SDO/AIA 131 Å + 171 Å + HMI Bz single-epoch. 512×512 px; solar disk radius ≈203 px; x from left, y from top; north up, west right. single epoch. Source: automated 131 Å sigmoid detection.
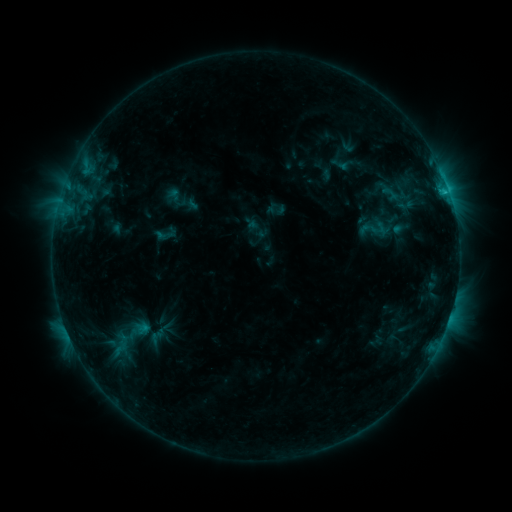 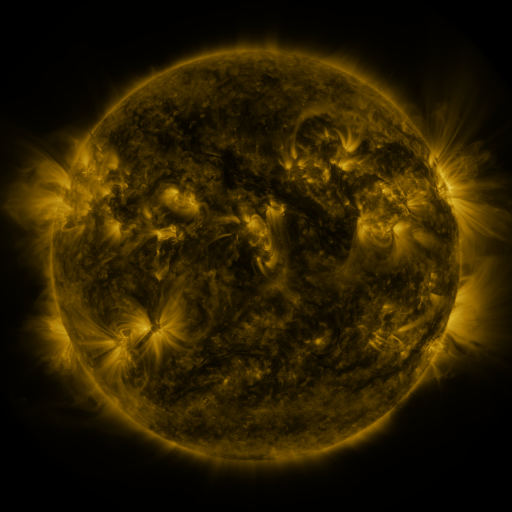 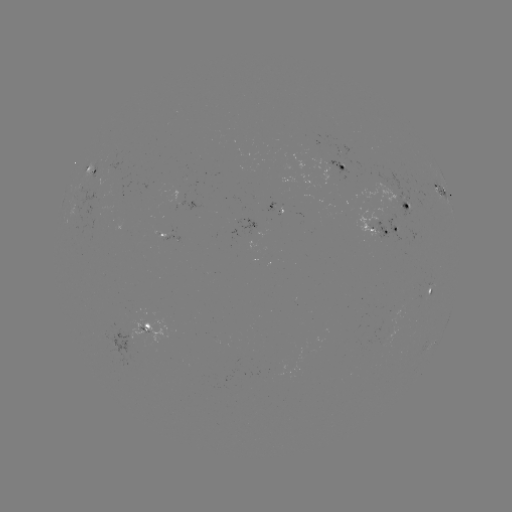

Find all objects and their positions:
sigmoid: (154, 224, 175, 246)
sigmoid: (144, 328, 167, 346)
